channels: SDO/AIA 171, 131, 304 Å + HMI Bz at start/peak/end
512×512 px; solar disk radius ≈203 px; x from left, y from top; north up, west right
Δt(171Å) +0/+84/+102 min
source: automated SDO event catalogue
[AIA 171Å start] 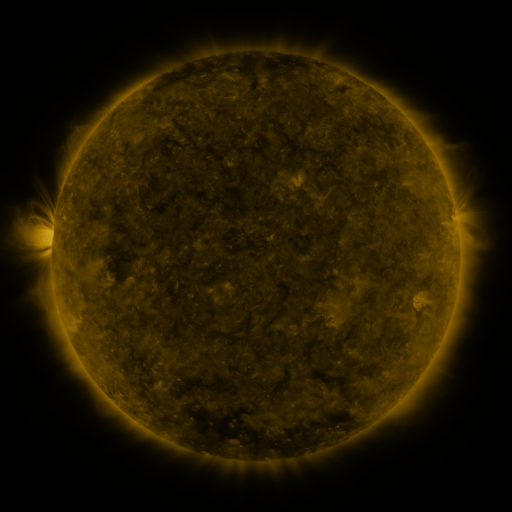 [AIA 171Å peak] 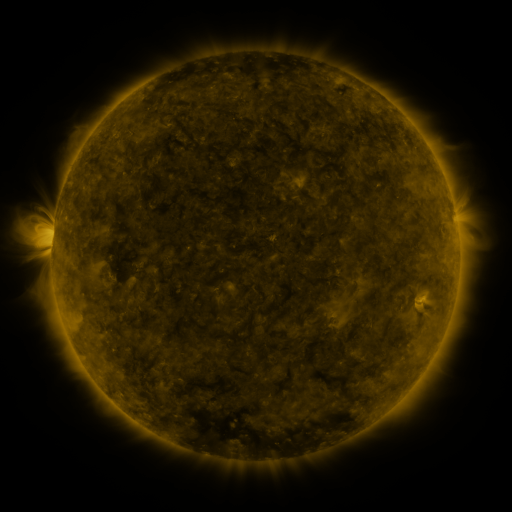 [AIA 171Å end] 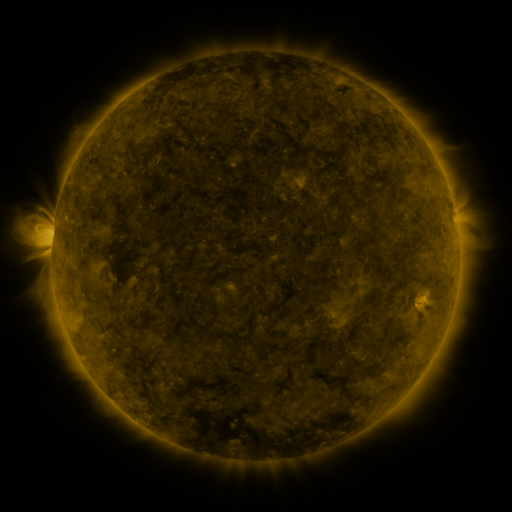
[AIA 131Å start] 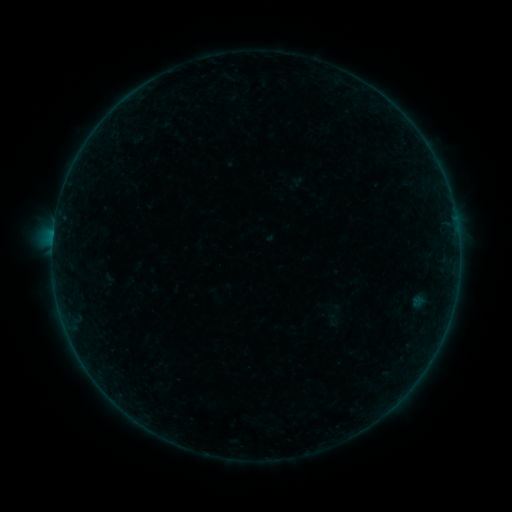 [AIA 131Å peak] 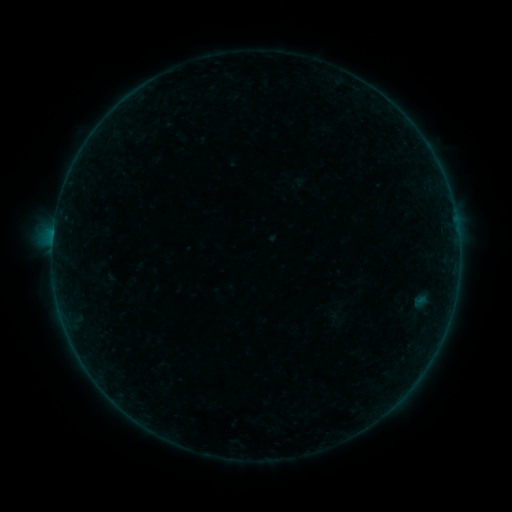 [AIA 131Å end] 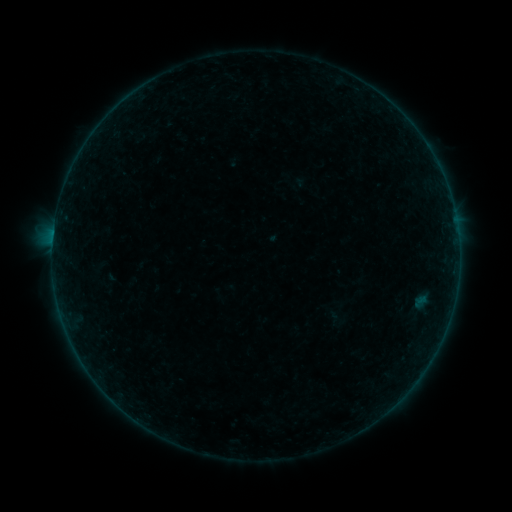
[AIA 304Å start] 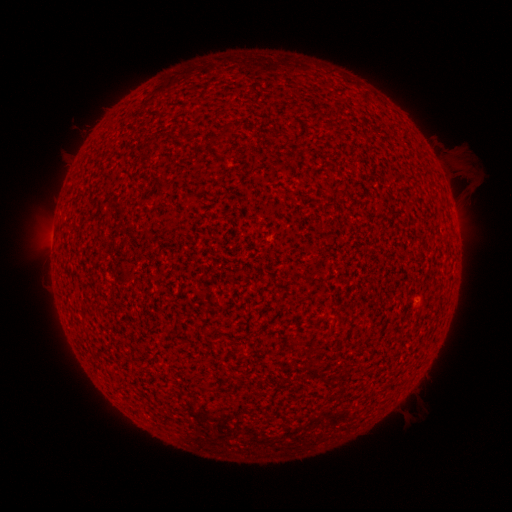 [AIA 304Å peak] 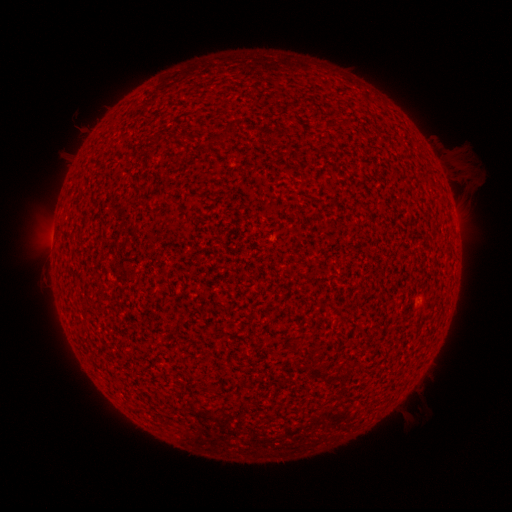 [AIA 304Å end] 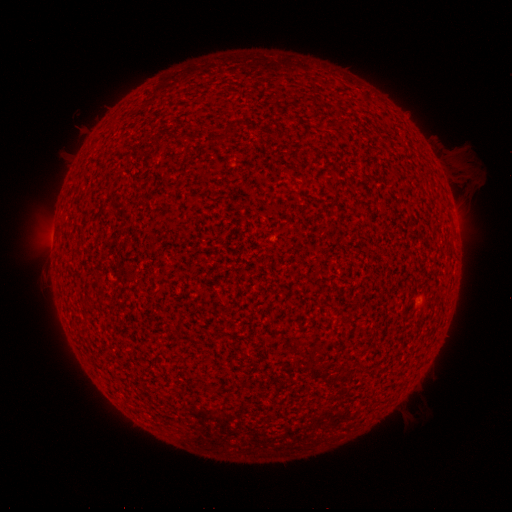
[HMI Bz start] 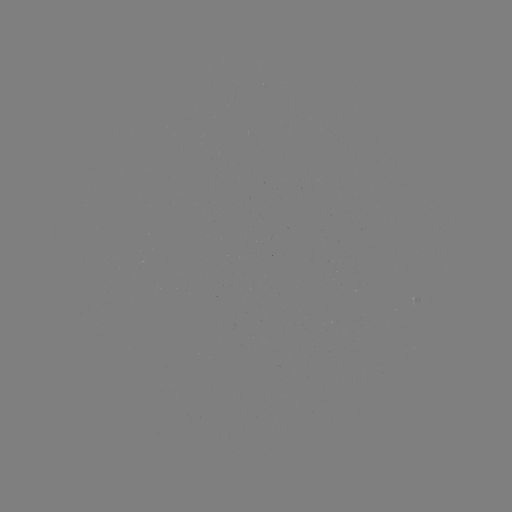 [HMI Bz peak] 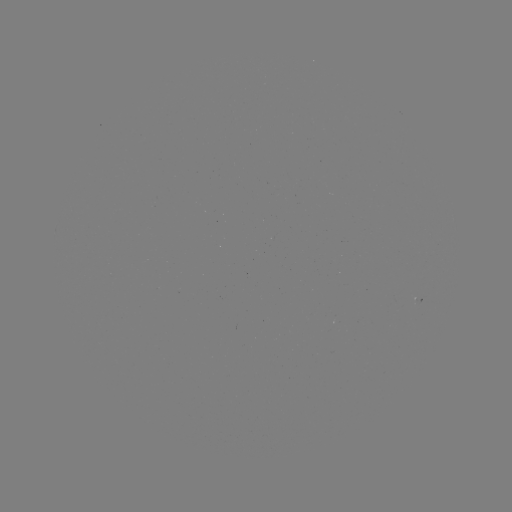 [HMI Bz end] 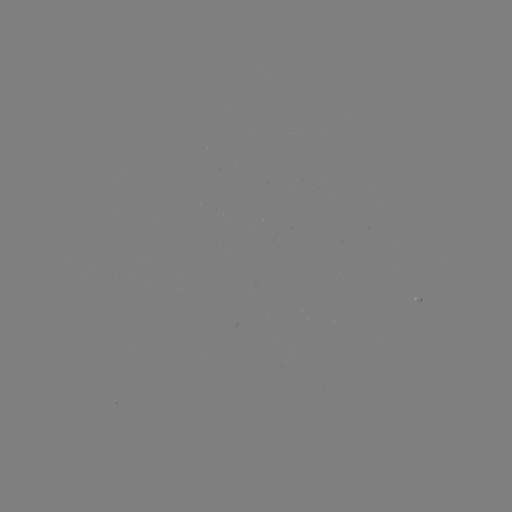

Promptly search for A2.5 flare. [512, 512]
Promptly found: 420,299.